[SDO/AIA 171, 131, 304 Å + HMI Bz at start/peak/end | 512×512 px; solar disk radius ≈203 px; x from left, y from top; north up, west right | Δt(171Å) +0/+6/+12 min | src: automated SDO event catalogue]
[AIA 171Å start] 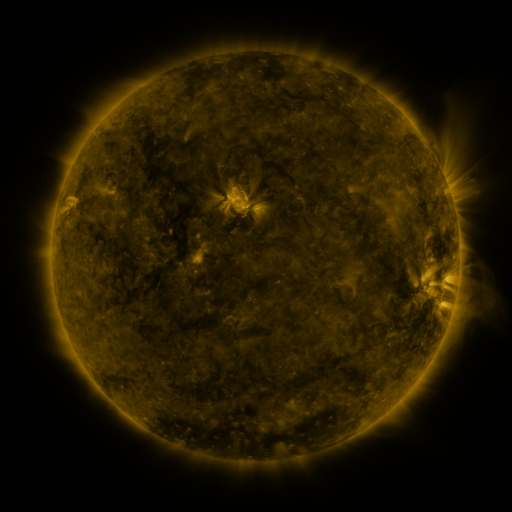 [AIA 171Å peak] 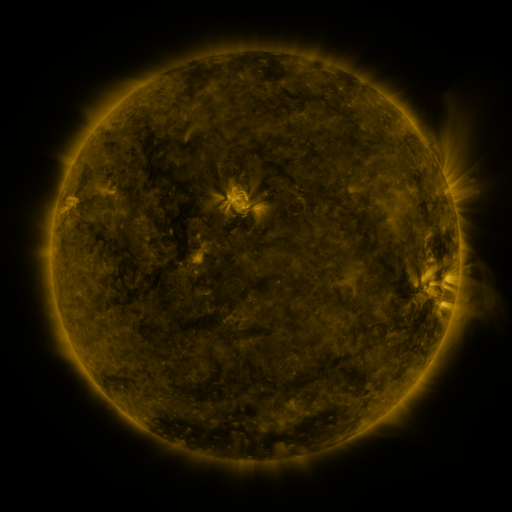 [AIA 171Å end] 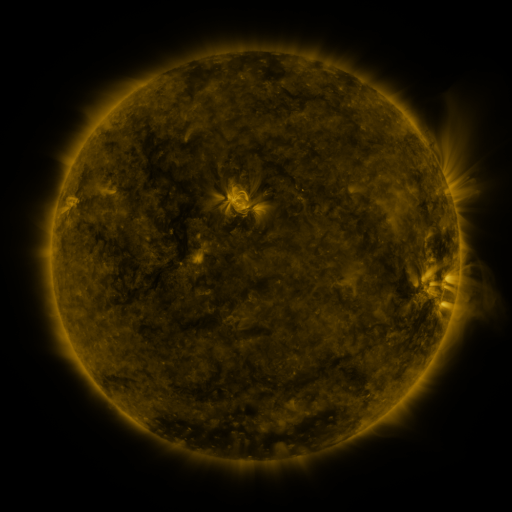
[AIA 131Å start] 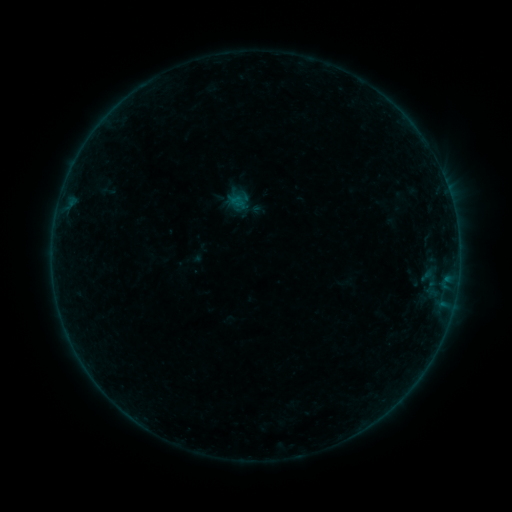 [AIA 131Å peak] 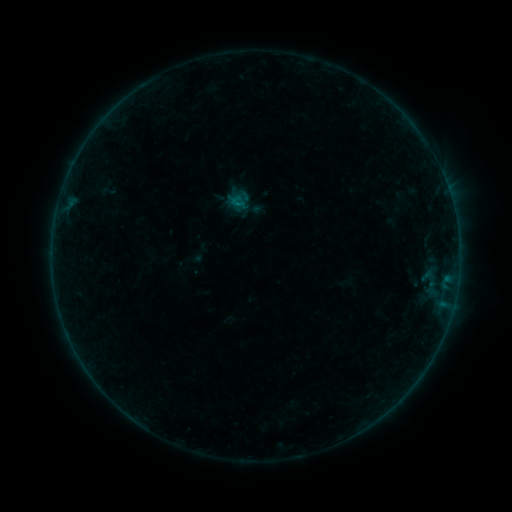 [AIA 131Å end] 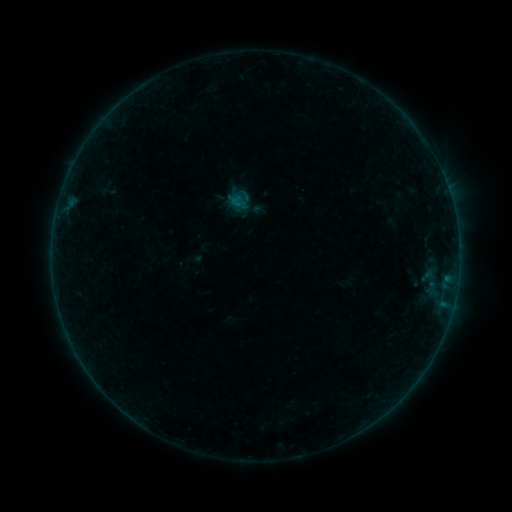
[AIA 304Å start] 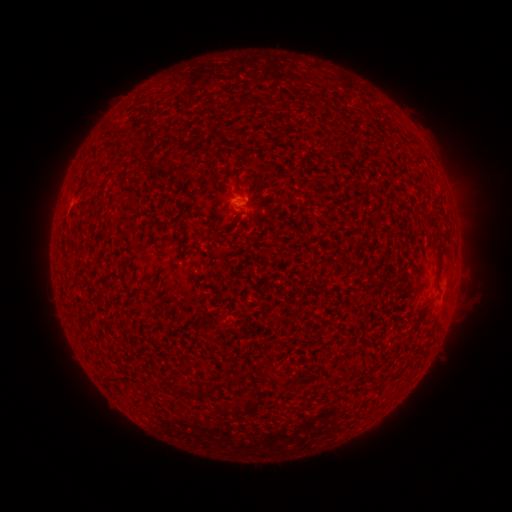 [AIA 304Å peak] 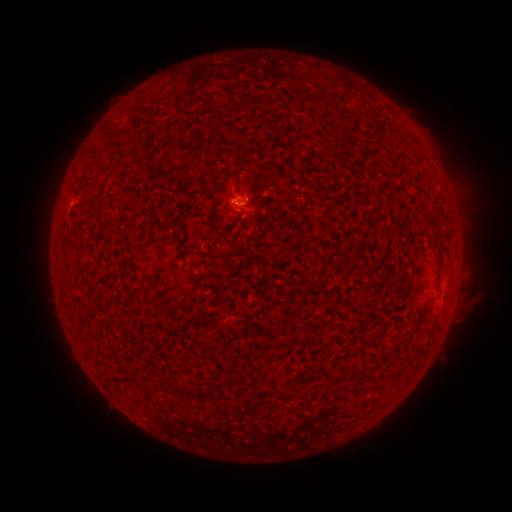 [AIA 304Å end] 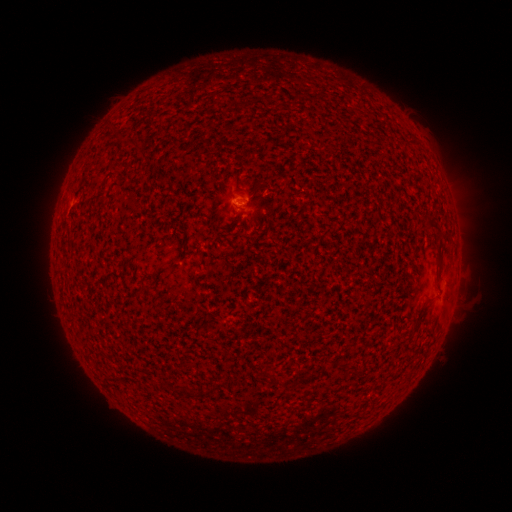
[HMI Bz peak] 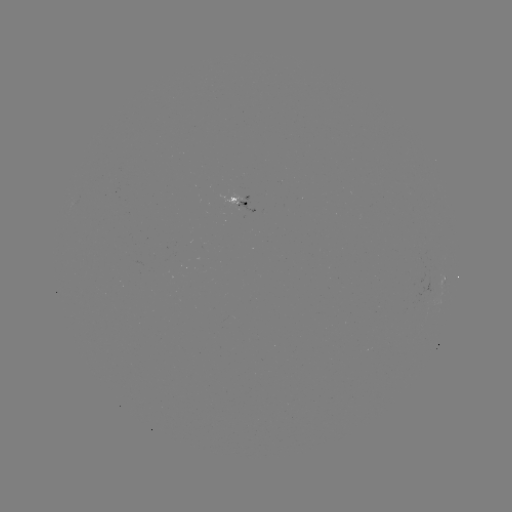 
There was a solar flare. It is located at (238, 206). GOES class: B1.3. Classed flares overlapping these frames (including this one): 1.